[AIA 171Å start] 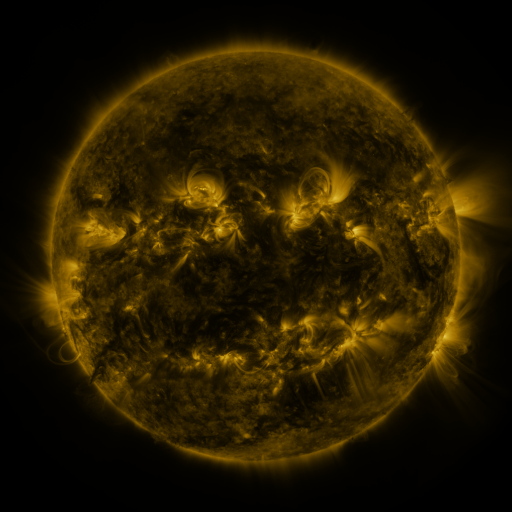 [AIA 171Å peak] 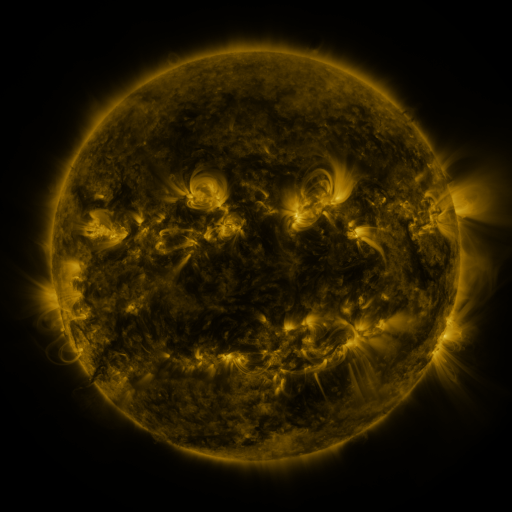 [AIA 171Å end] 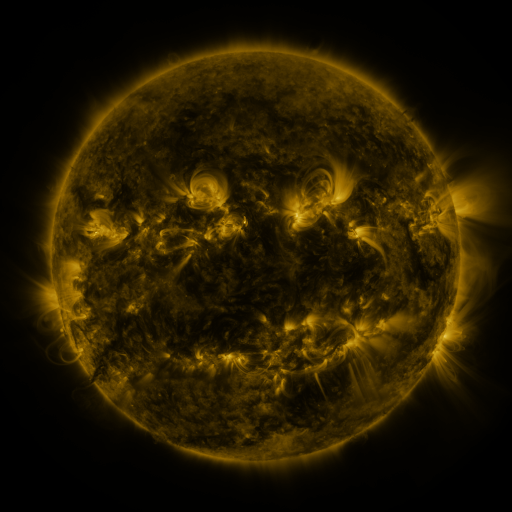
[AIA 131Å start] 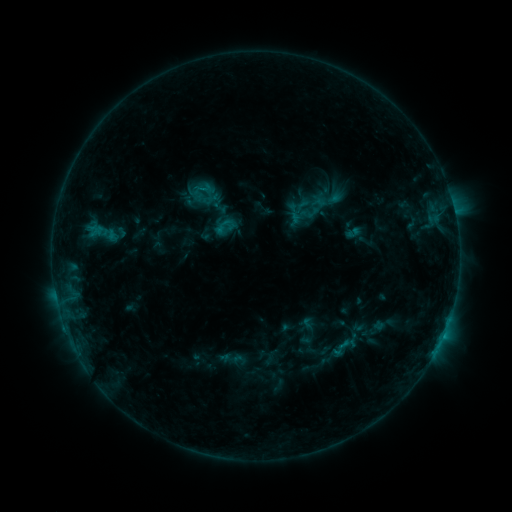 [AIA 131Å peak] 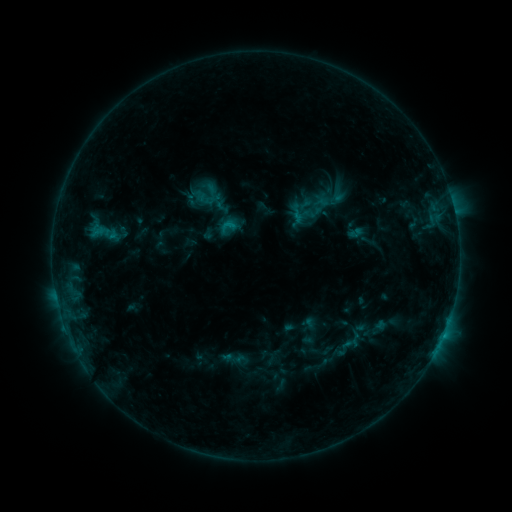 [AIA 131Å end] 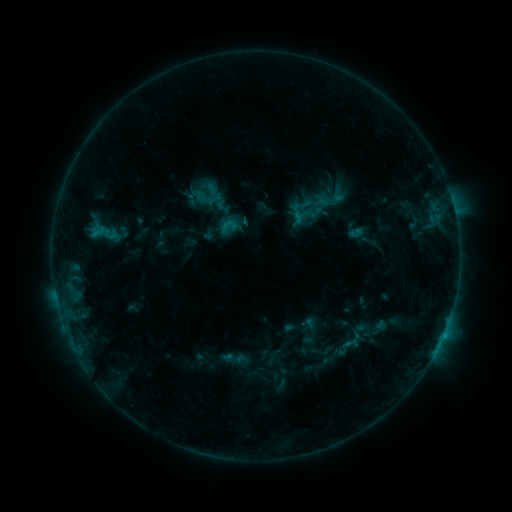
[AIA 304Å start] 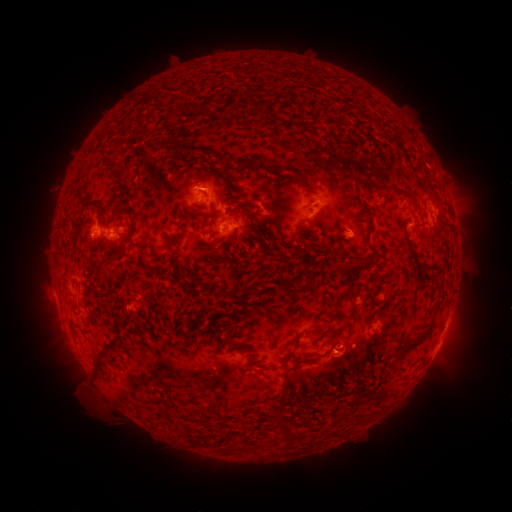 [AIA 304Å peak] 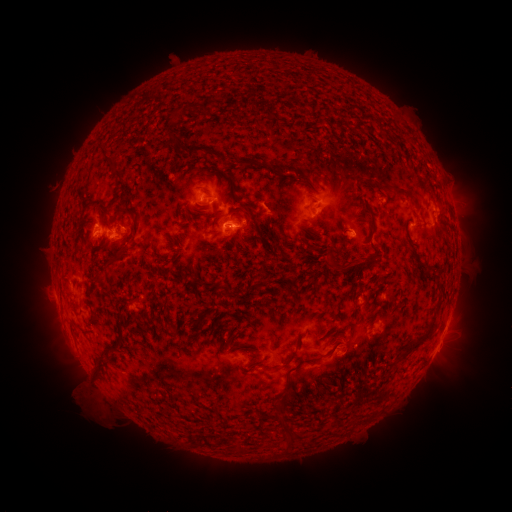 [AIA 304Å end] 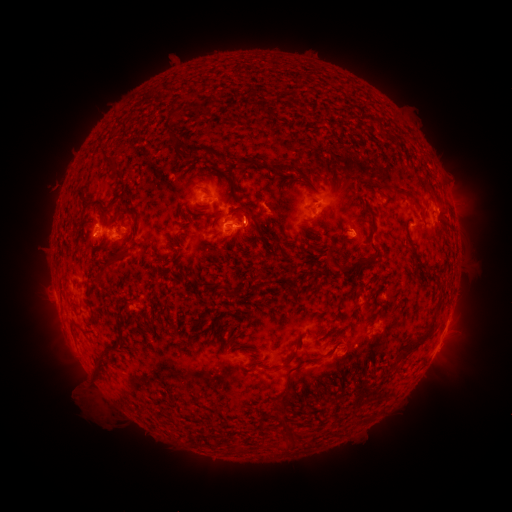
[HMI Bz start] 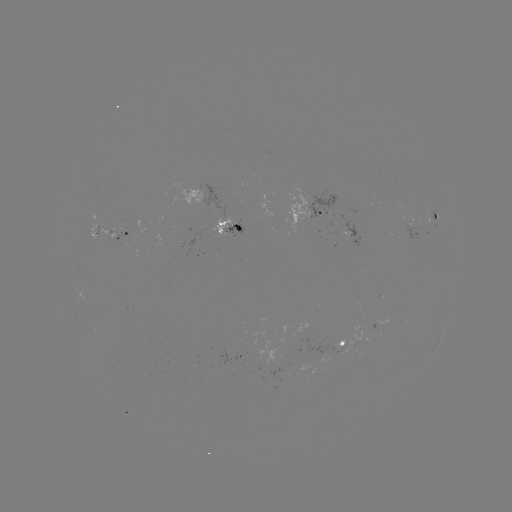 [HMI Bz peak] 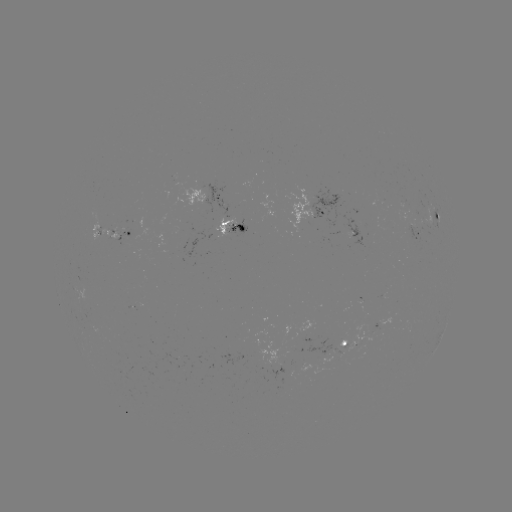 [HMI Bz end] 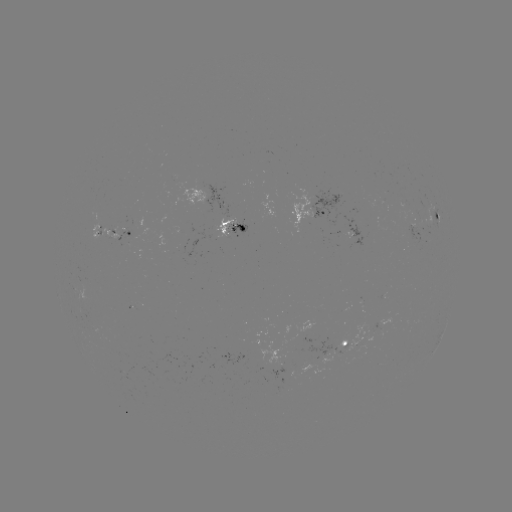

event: emerging-flux region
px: (217, 231)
